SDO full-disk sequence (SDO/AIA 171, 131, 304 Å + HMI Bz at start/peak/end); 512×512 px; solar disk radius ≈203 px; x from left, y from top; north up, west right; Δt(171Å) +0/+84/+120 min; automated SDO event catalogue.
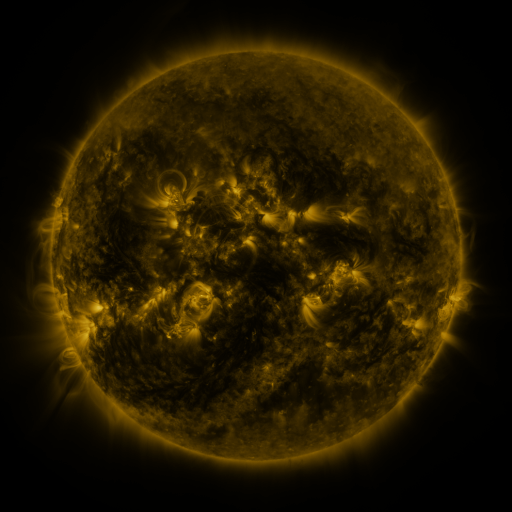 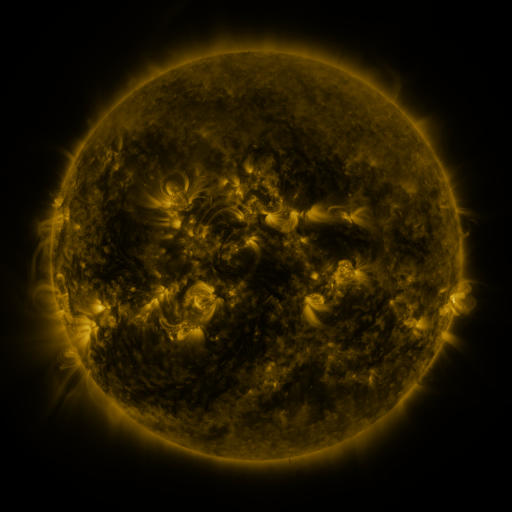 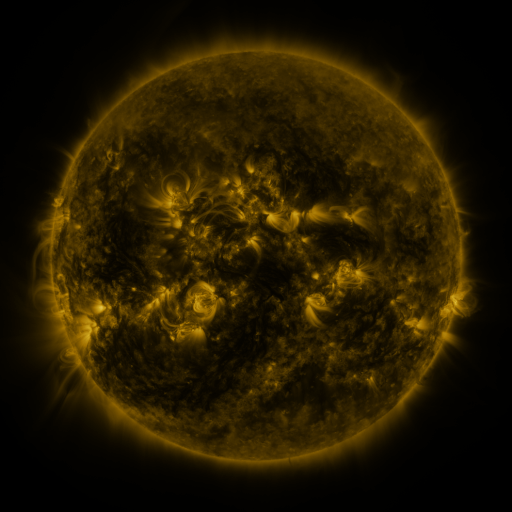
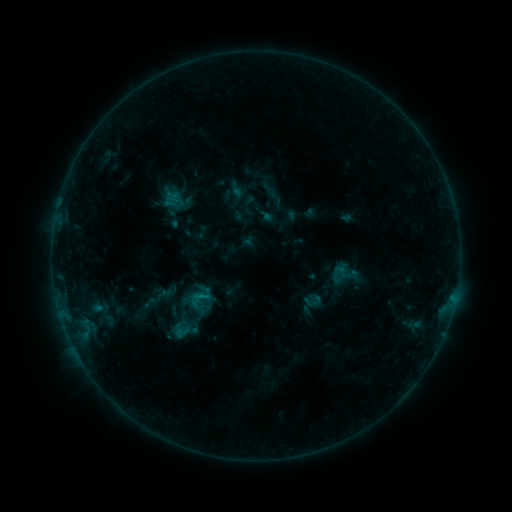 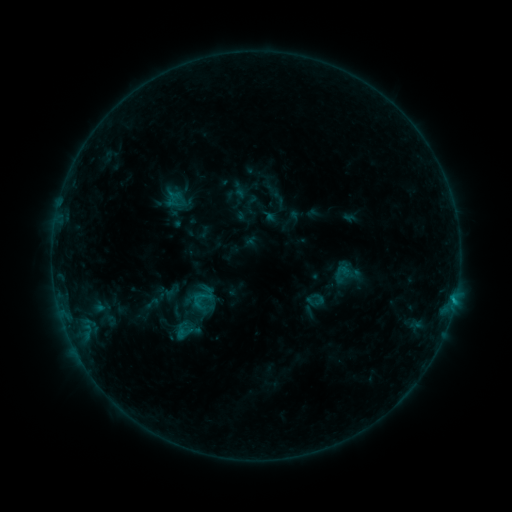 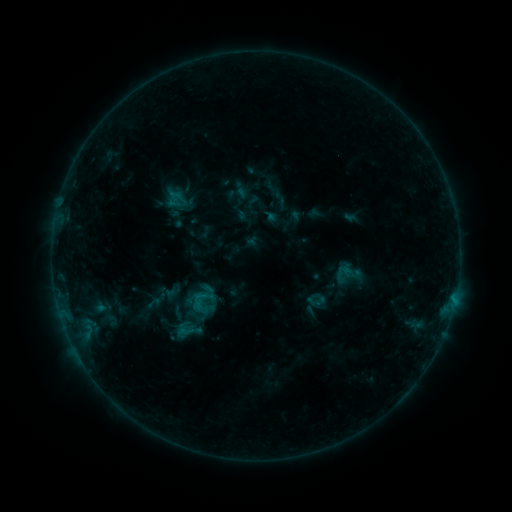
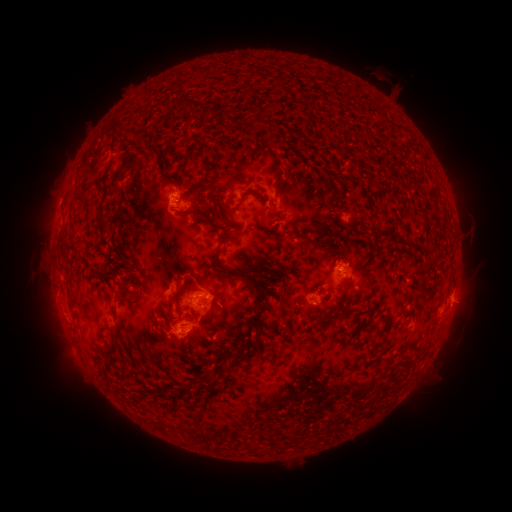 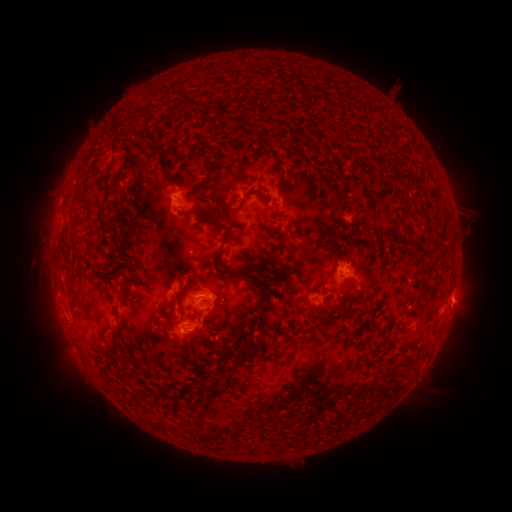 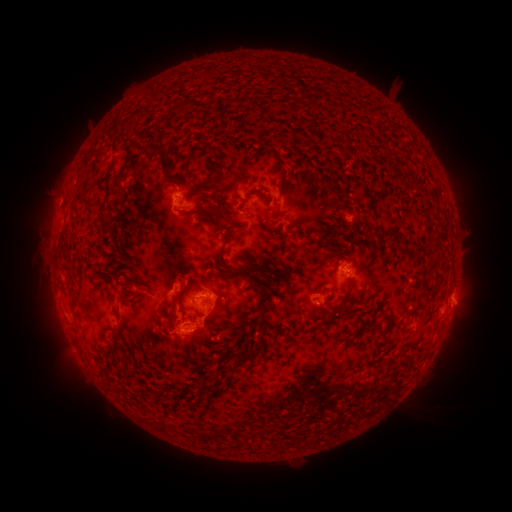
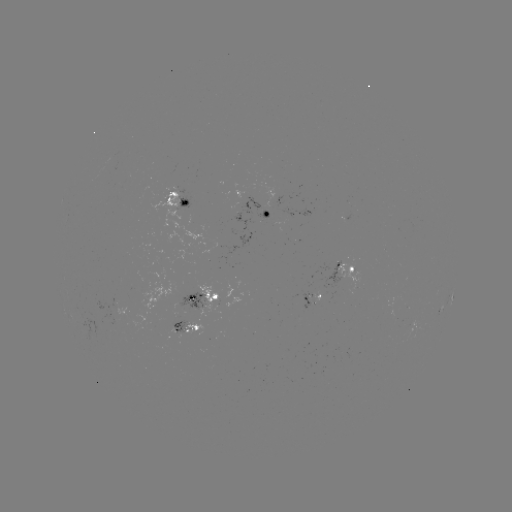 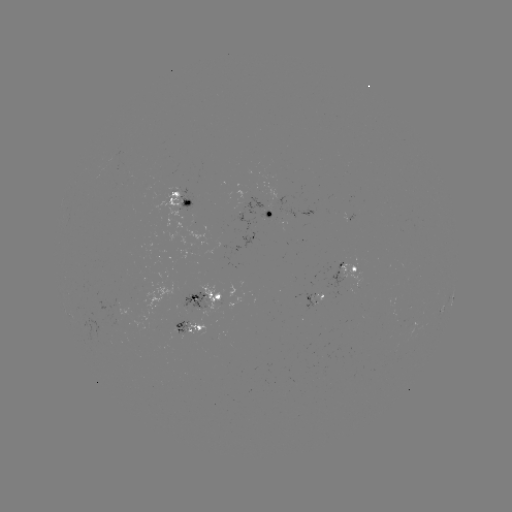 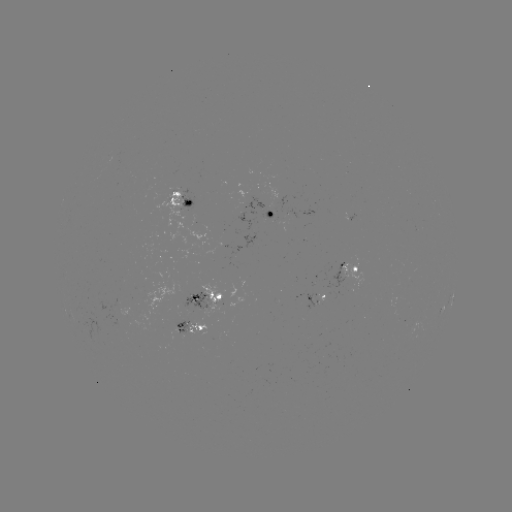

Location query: emerging-flux region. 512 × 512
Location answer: (343, 266).